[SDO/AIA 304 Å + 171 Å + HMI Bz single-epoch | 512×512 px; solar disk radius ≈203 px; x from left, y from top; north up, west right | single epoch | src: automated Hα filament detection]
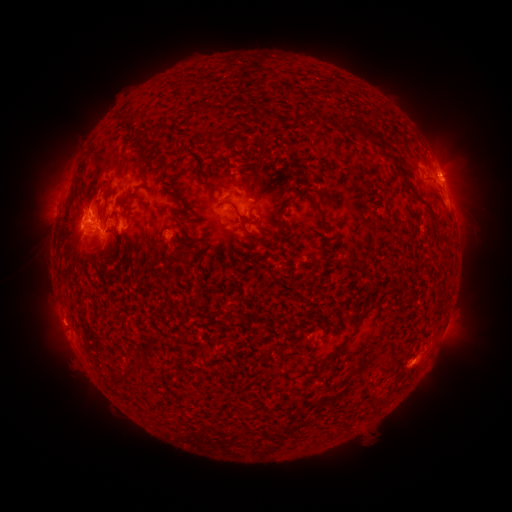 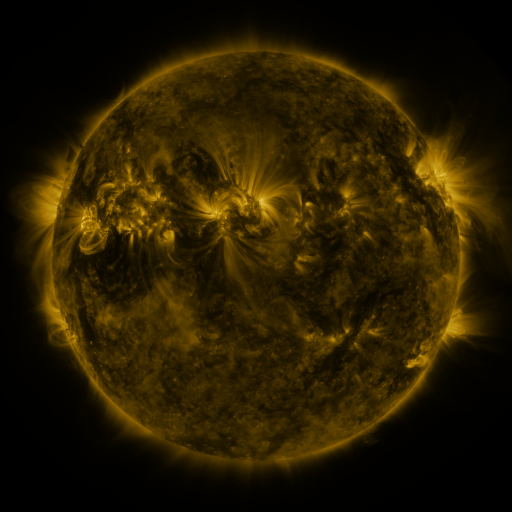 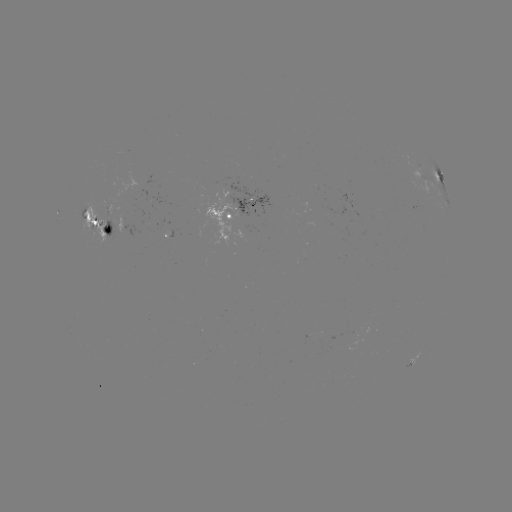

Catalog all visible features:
filament: [286, 85, 296, 93]
filament: [303, 113, 317, 124]
filament: [123, 115, 137, 122]
filament: [354, 126, 382, 144]
filament: [129, 147, 145, 166]
filament: [271, 156, 280, 166]
filament: [393, 167, 427, 205]
filament: [200, 181, 232, 190]
filament: [172, 192, 195, 212]
filament: [312, 199, 329, 226]
filament: [62, 205, 71, 214]
filament: [274, 208, 284, 218]
filament: [180, 213, 191, 221]
filament: [430, 214, 448, 231]
filament: [247, 217, 259, 224]
filament: [246, 230, 259, 238]
filament: [101, 250, 121, 266]
filament: [197, 273, 205, 283]
filament: [358, 304, 376, 322]
filament: [334, 341, 345, 351]
filament: [137, 357, 147, 366]
filament: [124, 365, 134, 374]
filament: [112, 370, 124, 383]
